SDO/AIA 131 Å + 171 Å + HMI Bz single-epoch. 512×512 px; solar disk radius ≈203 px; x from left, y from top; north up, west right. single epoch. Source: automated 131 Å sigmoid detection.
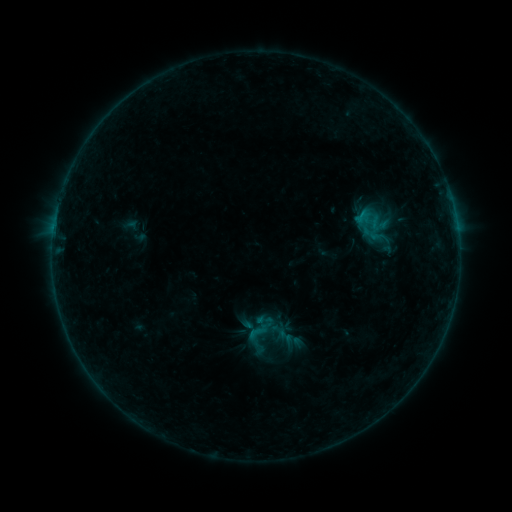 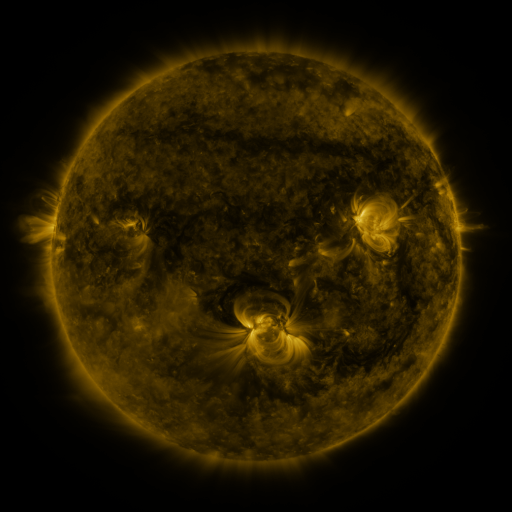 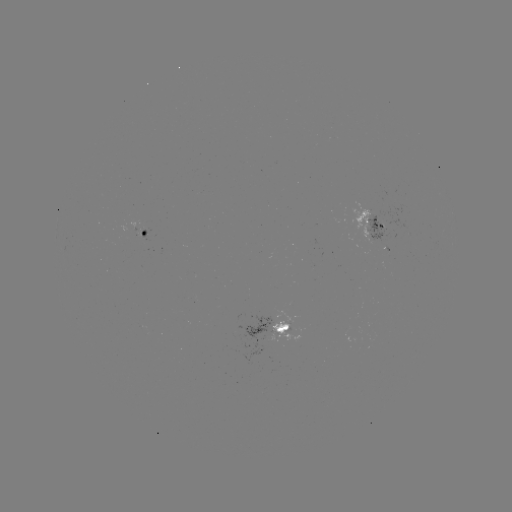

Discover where sigmoid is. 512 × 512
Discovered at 285,336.